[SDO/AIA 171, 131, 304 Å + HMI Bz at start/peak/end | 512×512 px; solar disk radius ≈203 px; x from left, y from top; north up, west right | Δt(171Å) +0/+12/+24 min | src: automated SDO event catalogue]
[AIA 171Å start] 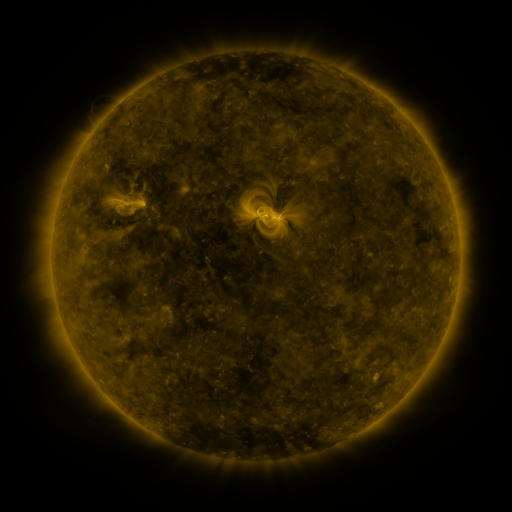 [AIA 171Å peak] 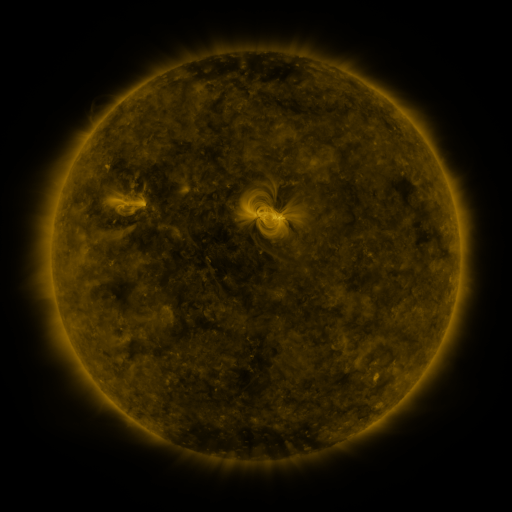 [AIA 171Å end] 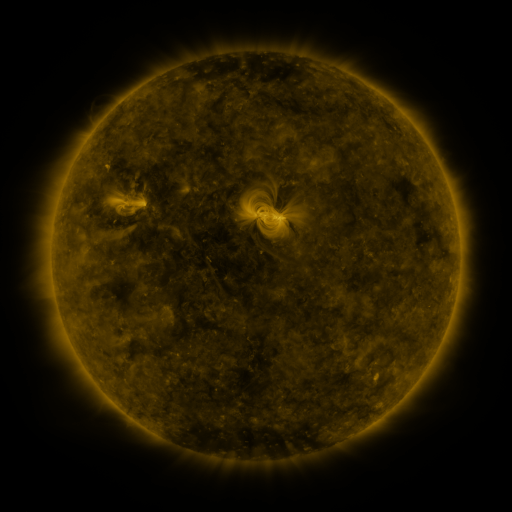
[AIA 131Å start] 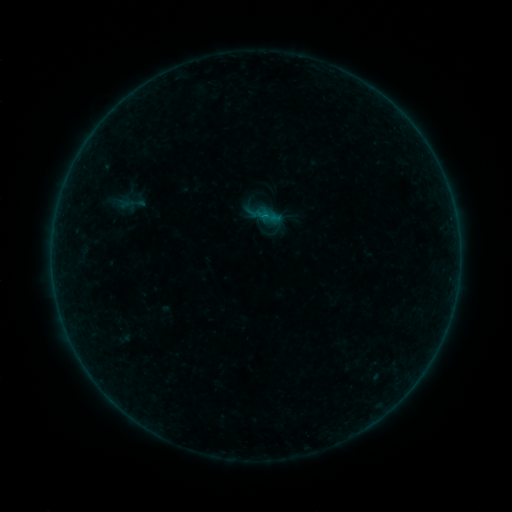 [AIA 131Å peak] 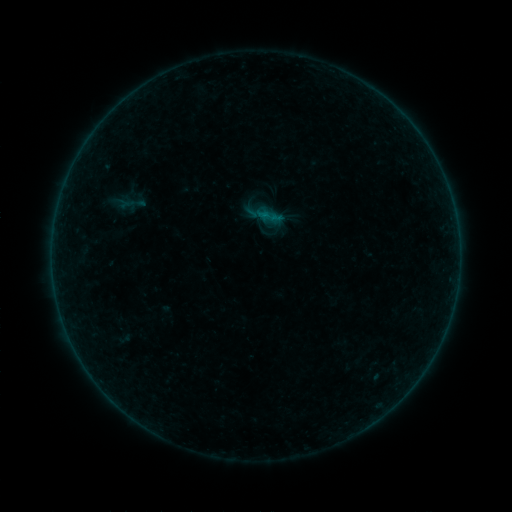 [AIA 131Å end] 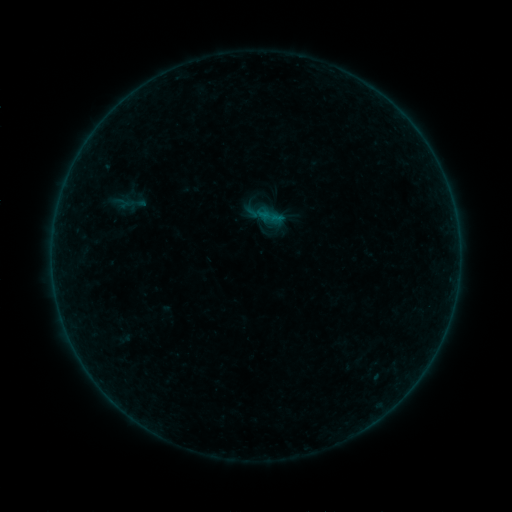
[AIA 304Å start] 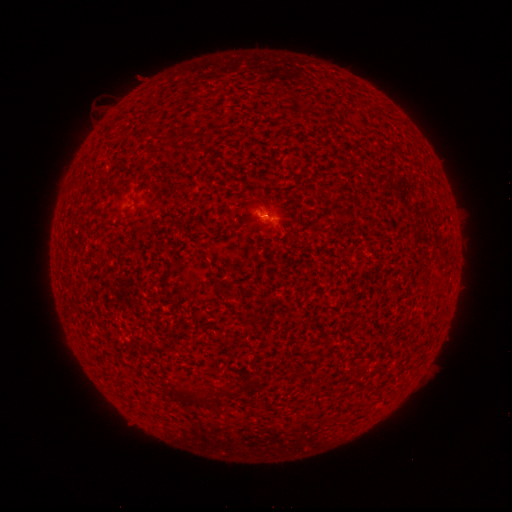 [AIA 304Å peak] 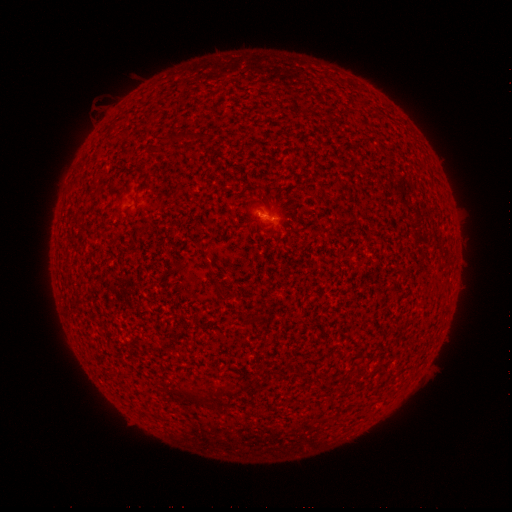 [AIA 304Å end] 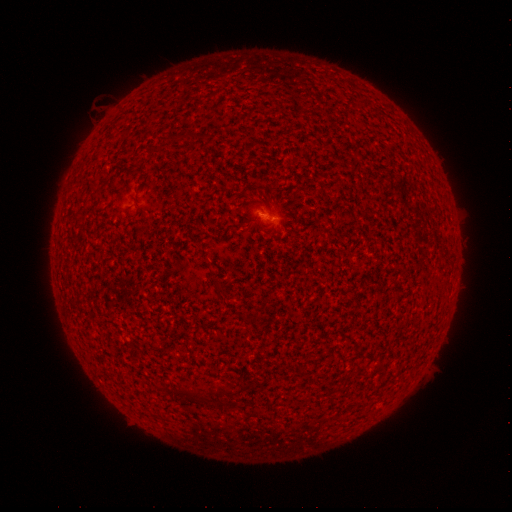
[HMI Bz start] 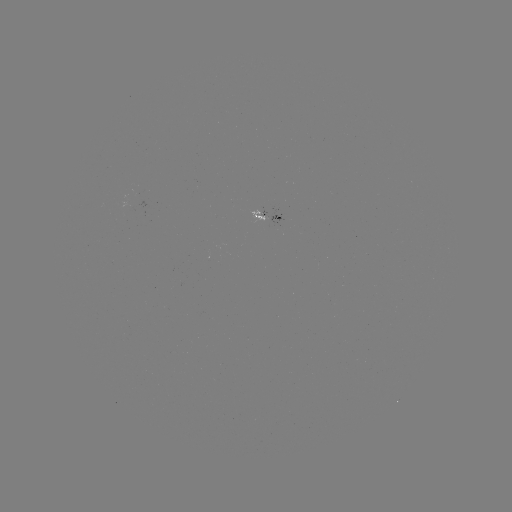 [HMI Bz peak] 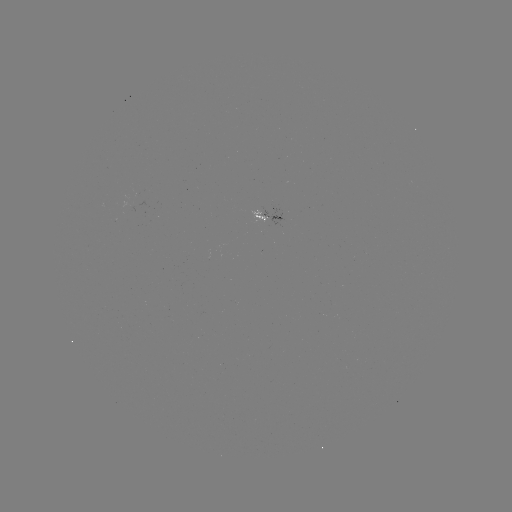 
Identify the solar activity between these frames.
B1.0 flare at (263, 215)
